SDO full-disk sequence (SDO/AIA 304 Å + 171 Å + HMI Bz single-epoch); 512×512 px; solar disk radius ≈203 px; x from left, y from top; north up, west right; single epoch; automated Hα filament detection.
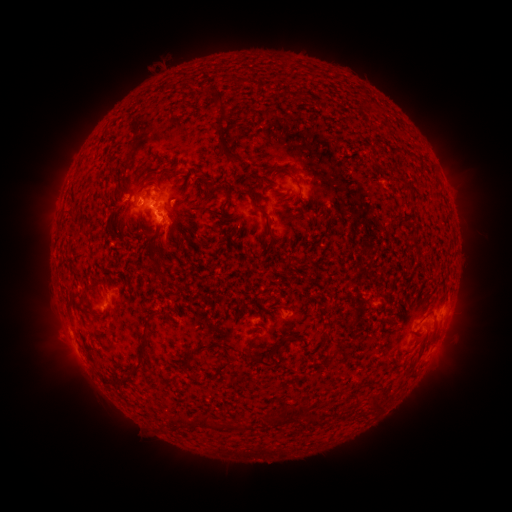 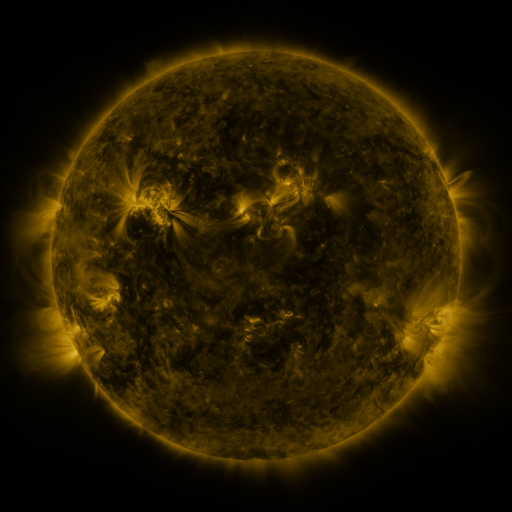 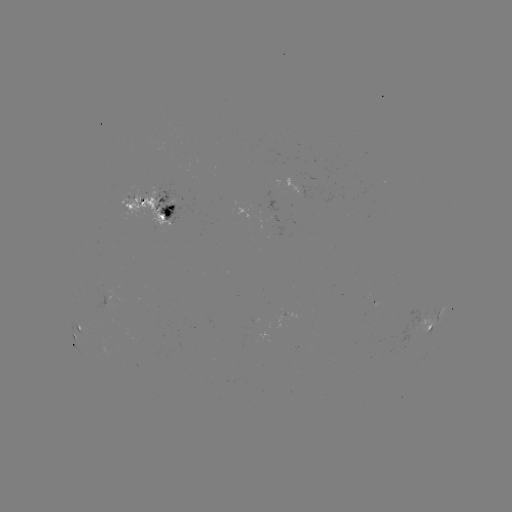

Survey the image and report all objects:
filament: <bbox>214, 92, 228, 113</bbox>
filament: <bbox>217, 133, 239, 160</bbox>
filament: <bbox>156, 167, 169, 184</bbox>
filament: <bbox>404, 182, 414, 194</bbox>
filament: <bbox>254, 204, 274, 236</bbox>
filament: <bbox>157, 211, 167, 220</bbox>
filament: <bbox>148, 223, 173, 244</bbox>
filament: <bbox>78, 291, 87, 302</bbox>
filament: <bbox>131, 329, 148, 371</bbox>
filament: <bbox>196, 342, 213, 350</bbox>
filament: <bbox>245, 347, 271, 368</bbox>
filament: <bbox>216, 359, 233, 372</bbox>
filament: <bbox>188, 373, 199, 383</bbox>
filament: <bbox>369, 397, 379, 410</bbox>
filament: <bbox>296, 405, 308, 416</bbox>
filament: <bbox>179, 416, 218, 430</bbox>
